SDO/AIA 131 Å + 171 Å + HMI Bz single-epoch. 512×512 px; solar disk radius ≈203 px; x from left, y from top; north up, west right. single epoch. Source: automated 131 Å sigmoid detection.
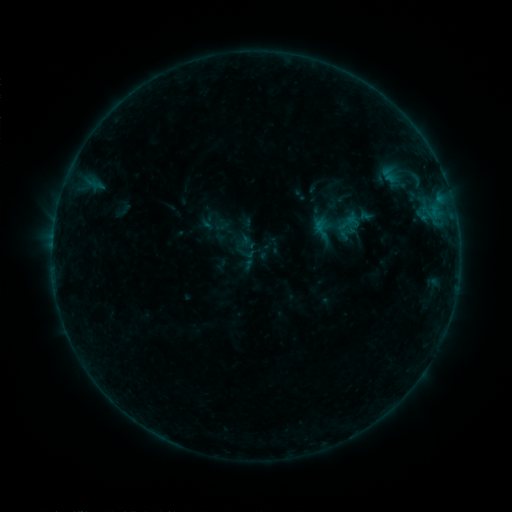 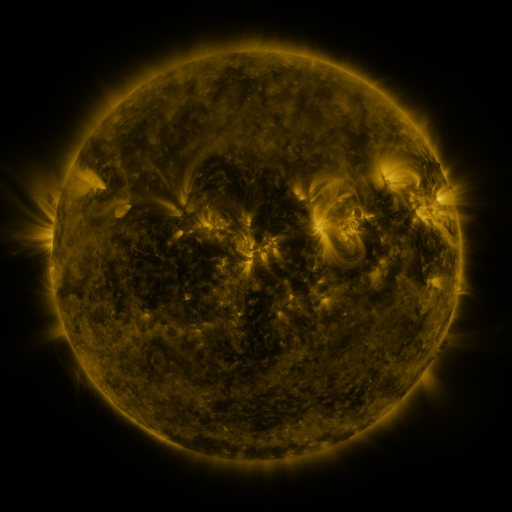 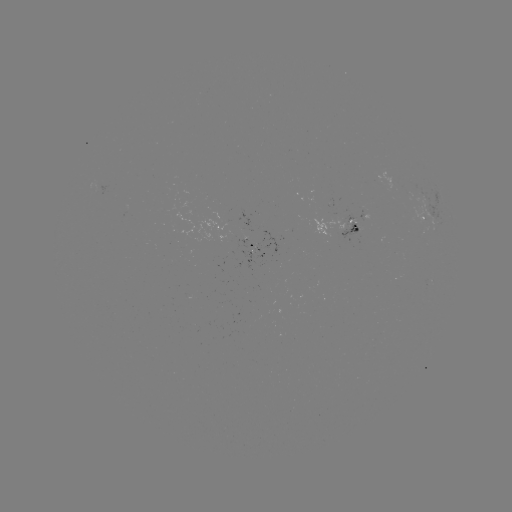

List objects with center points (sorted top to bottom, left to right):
sigmoid: (322, 229)
